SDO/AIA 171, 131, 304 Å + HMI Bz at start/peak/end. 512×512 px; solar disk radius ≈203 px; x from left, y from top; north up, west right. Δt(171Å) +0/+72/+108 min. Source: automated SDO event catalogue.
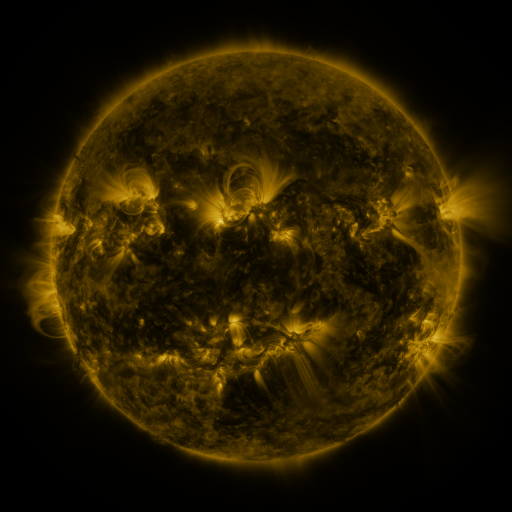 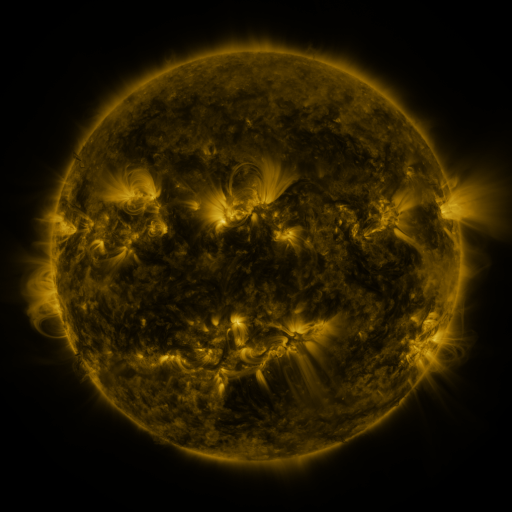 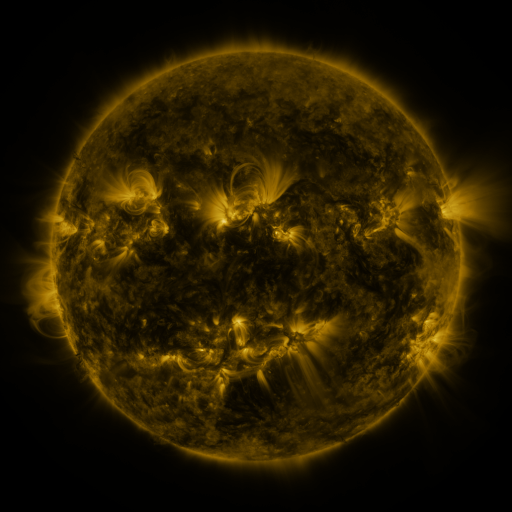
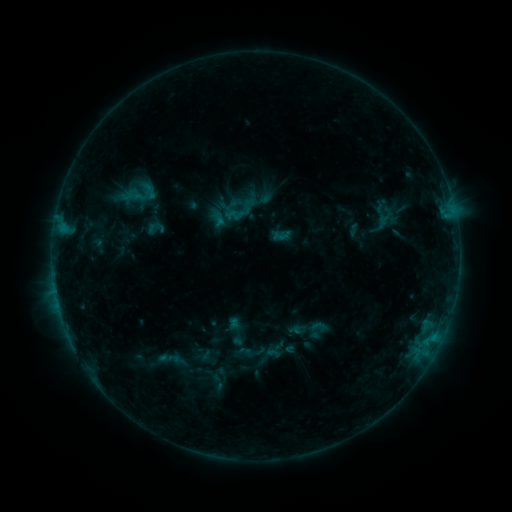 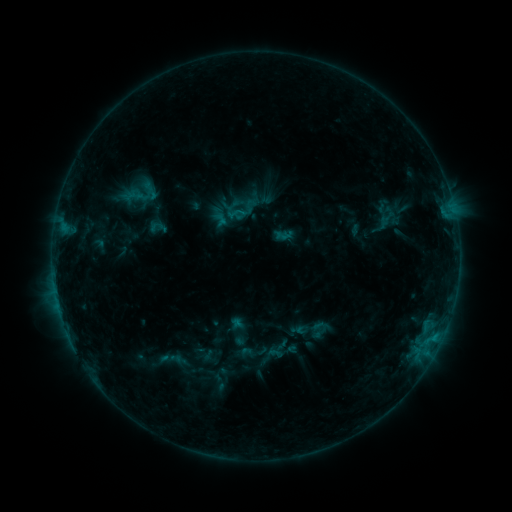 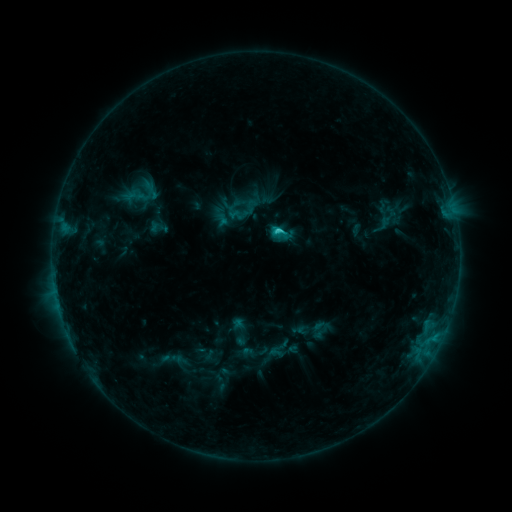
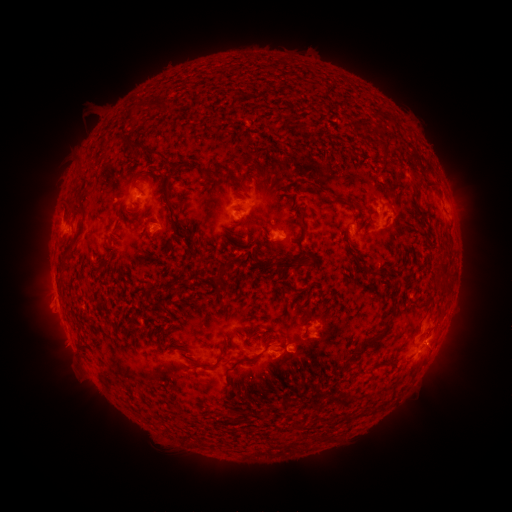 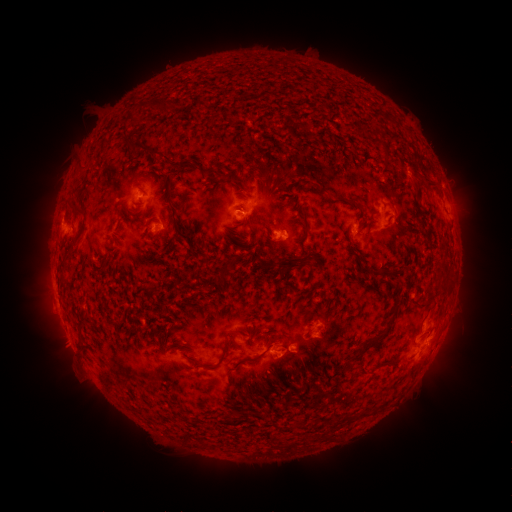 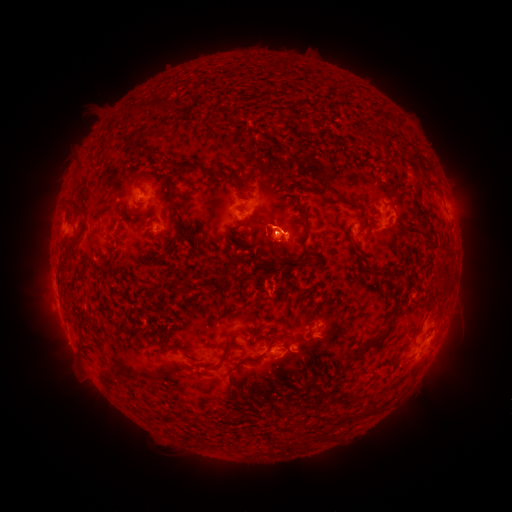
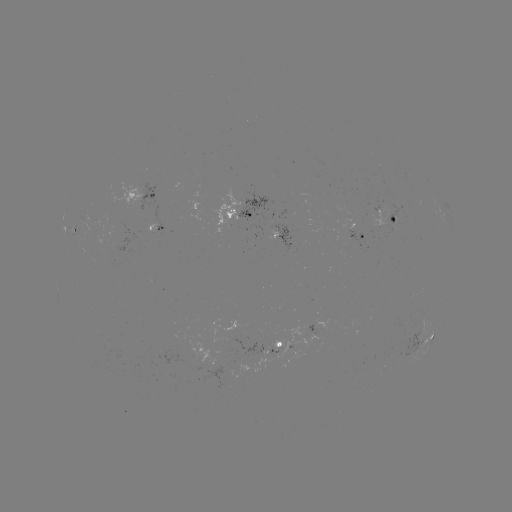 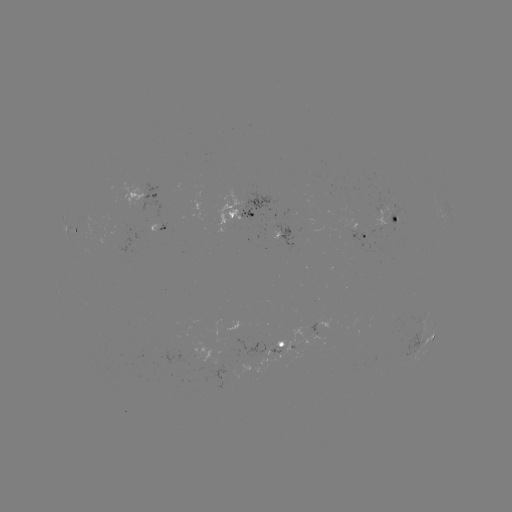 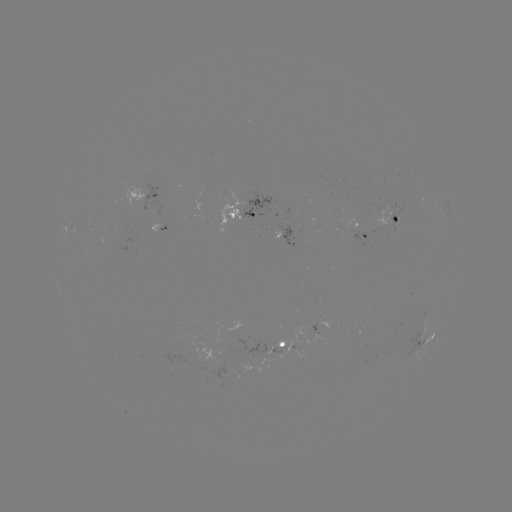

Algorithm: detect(emerging-flux region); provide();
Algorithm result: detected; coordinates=219,362